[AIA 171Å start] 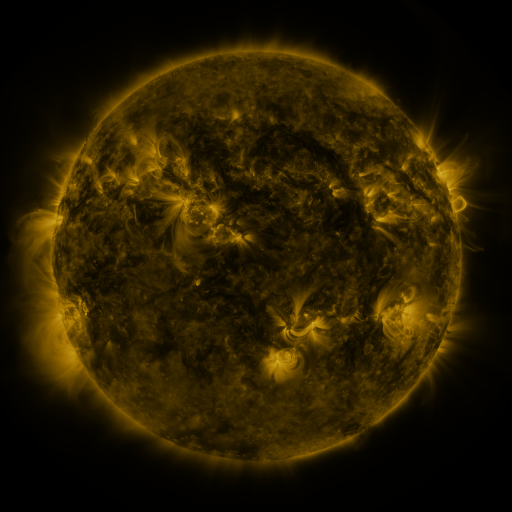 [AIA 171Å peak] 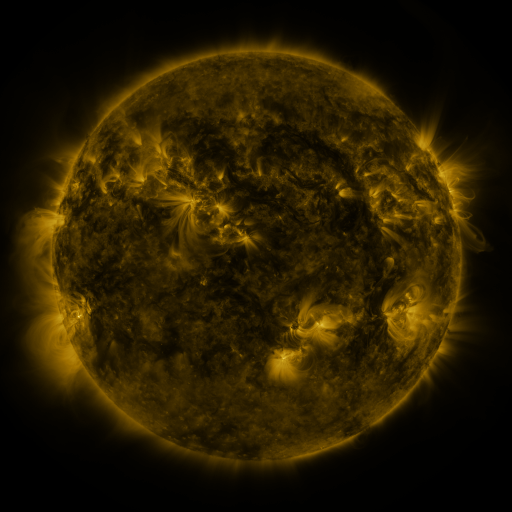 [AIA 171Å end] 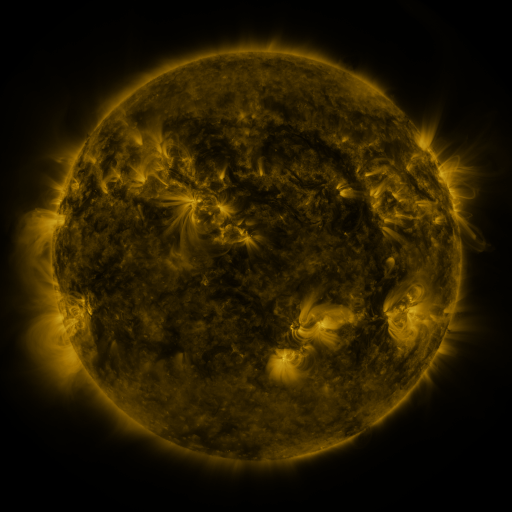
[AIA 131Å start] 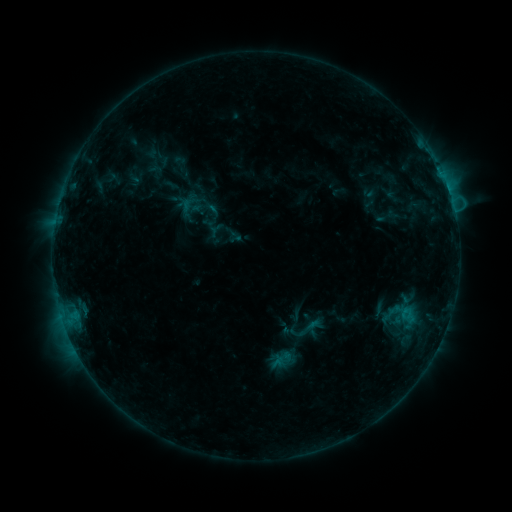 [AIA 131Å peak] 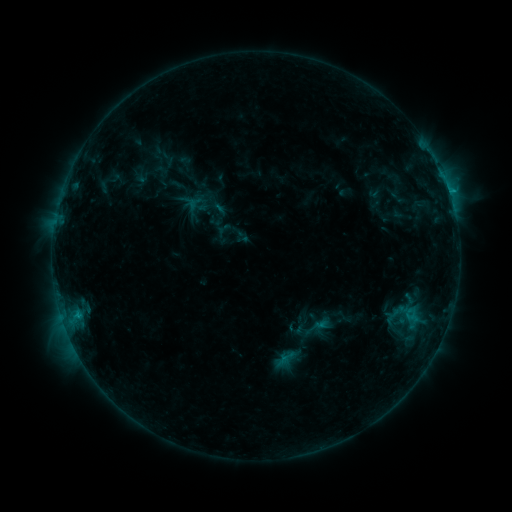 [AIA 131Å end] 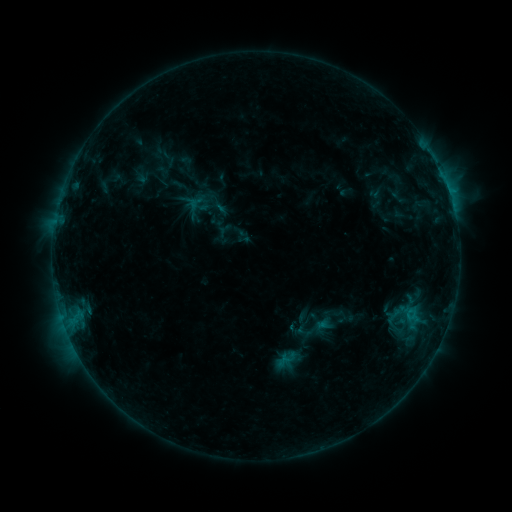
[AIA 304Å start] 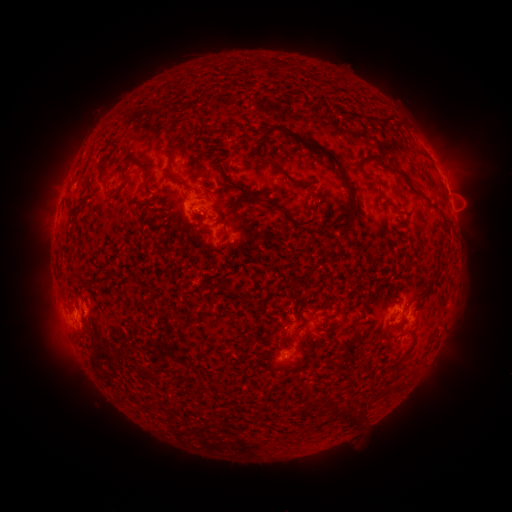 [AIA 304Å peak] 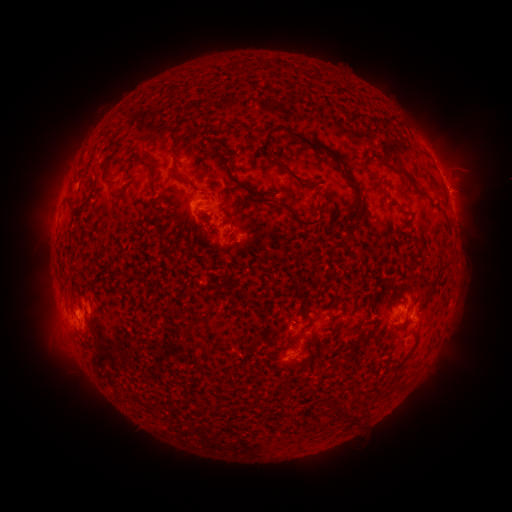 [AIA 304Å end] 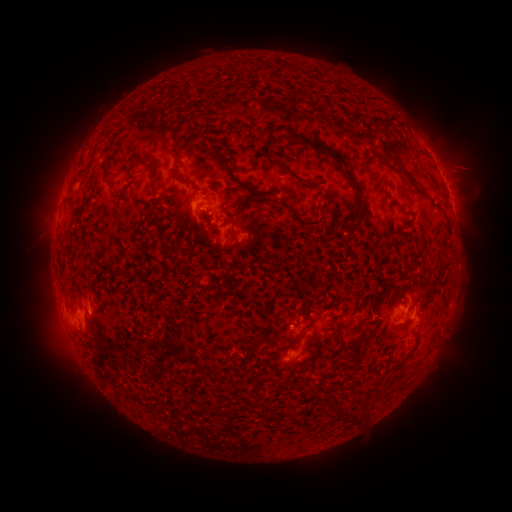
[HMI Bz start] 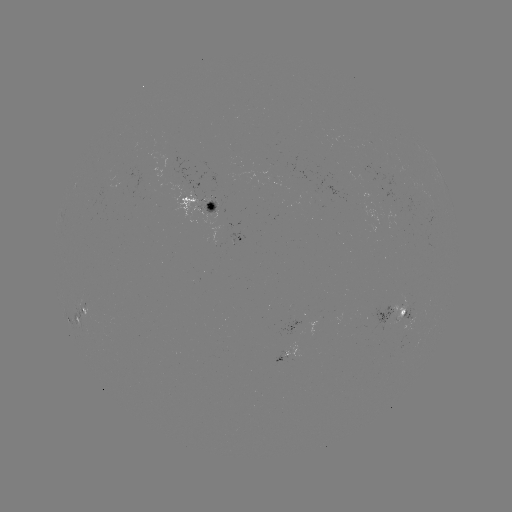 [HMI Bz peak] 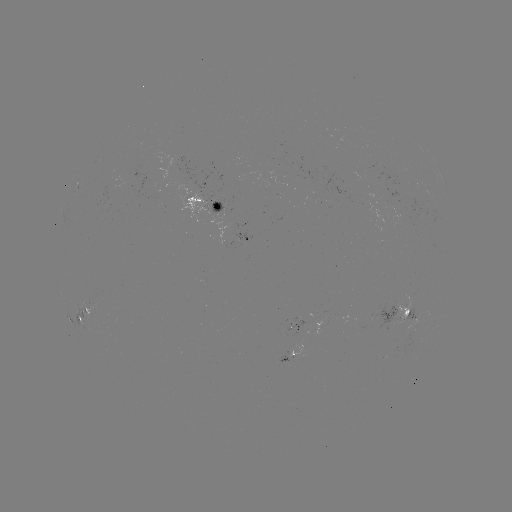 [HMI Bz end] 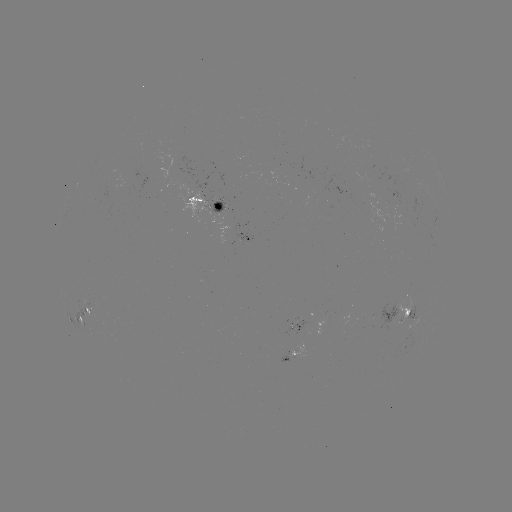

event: emerging-flux region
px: (217, 212)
